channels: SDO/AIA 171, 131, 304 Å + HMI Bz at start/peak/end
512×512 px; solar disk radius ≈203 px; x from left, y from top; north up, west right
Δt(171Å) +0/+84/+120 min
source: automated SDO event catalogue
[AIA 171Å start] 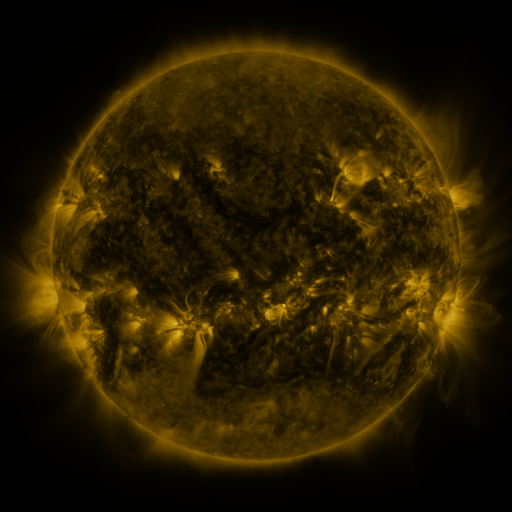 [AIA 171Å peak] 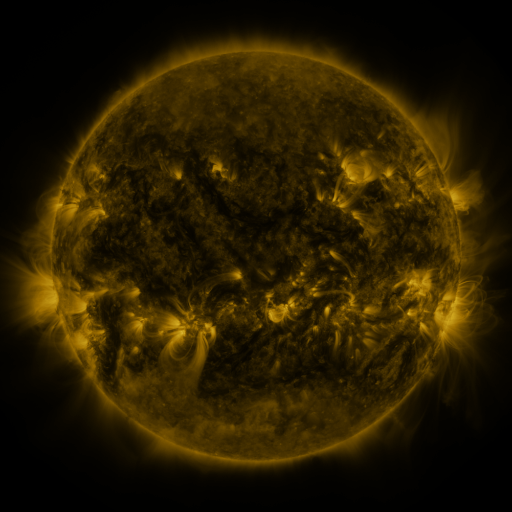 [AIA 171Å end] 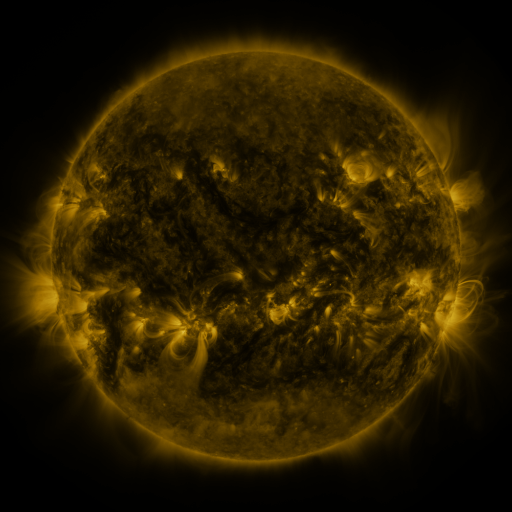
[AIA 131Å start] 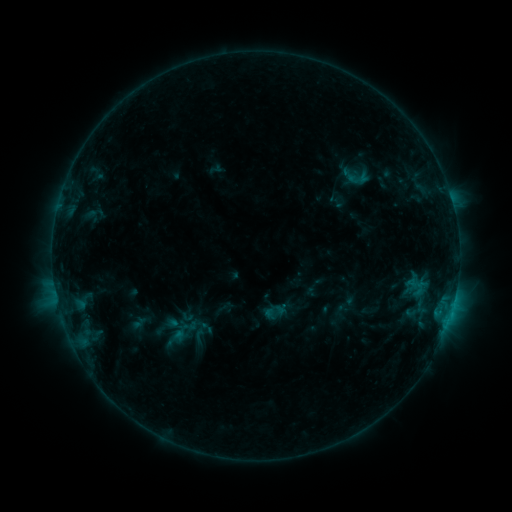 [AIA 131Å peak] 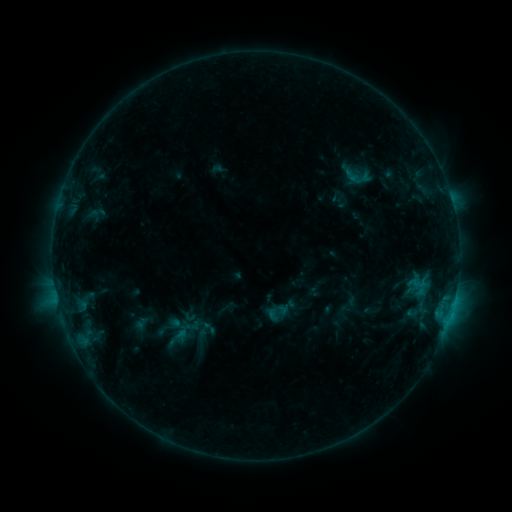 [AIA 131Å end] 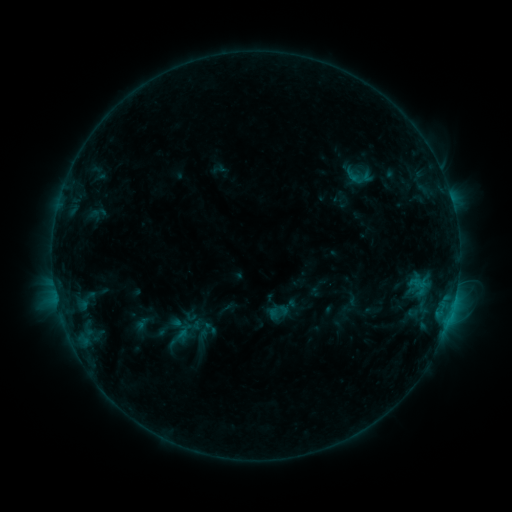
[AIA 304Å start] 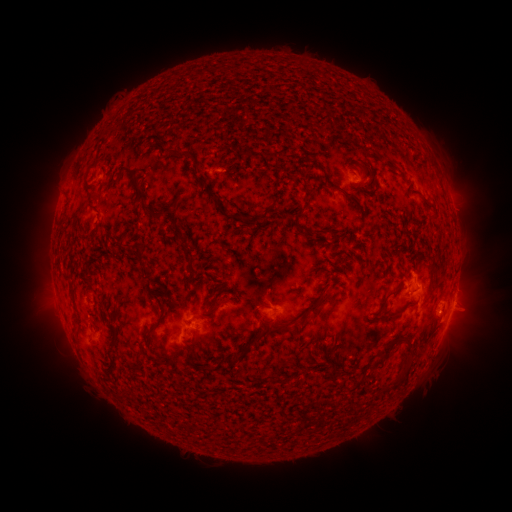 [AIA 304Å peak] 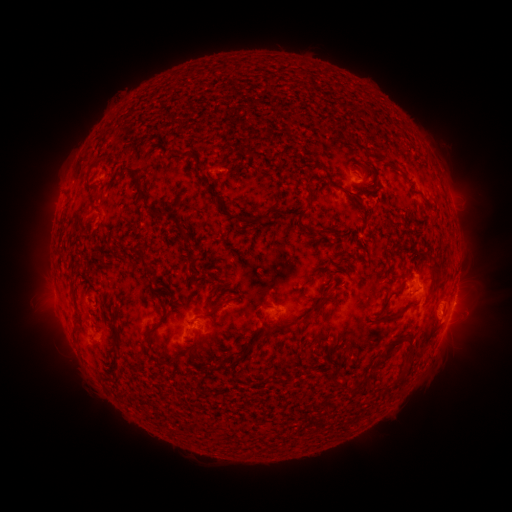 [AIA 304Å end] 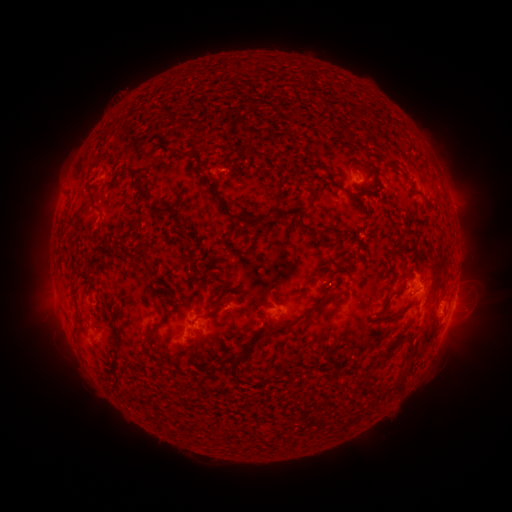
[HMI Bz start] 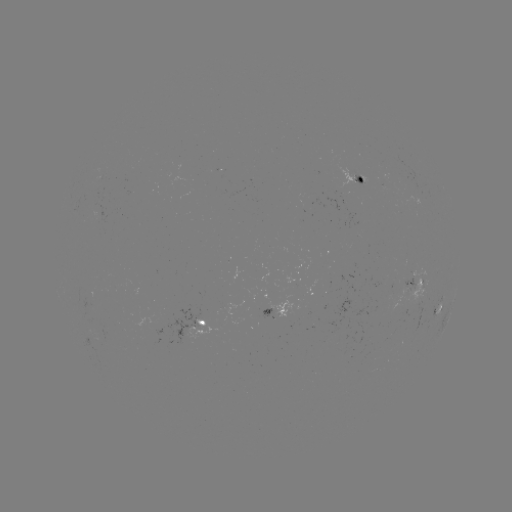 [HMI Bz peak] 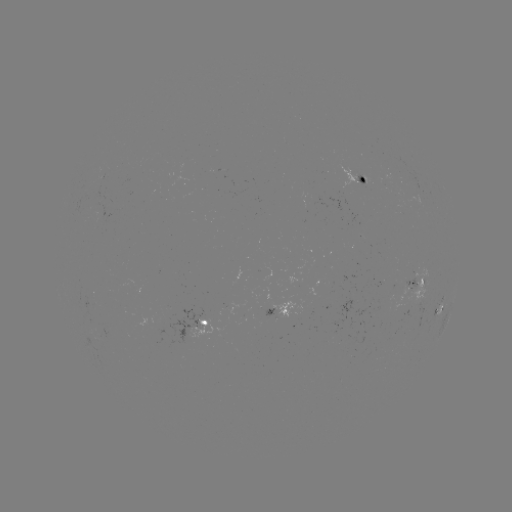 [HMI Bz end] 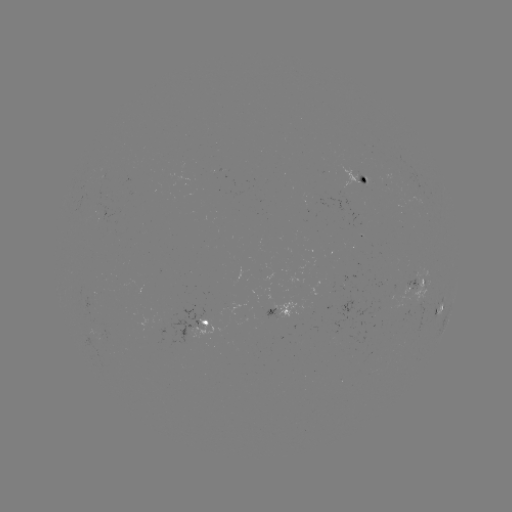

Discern emerging-flux region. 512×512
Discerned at (101, 216).